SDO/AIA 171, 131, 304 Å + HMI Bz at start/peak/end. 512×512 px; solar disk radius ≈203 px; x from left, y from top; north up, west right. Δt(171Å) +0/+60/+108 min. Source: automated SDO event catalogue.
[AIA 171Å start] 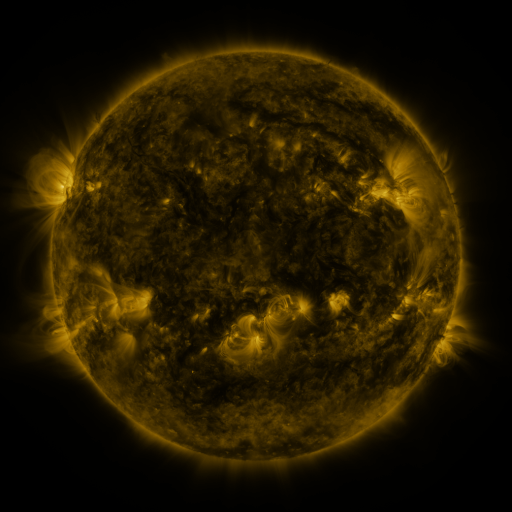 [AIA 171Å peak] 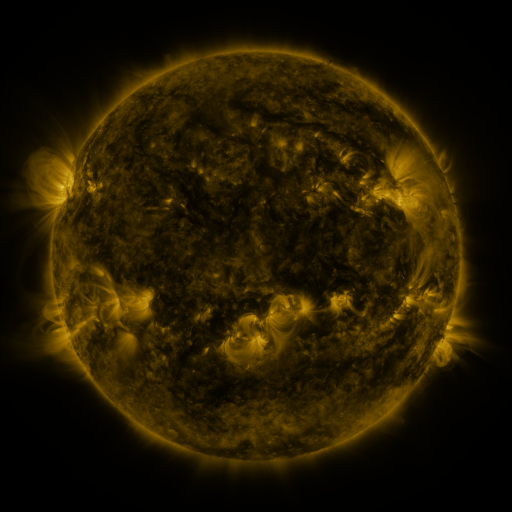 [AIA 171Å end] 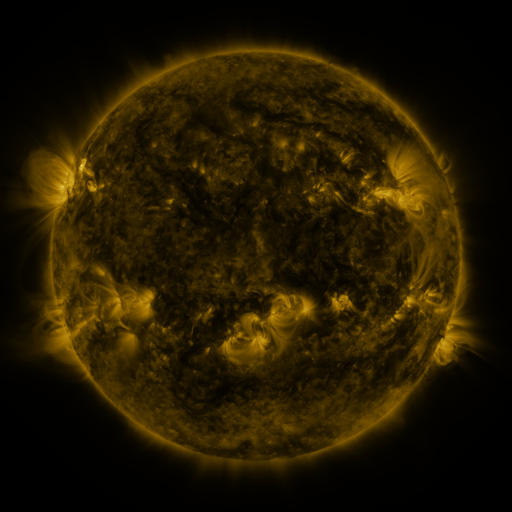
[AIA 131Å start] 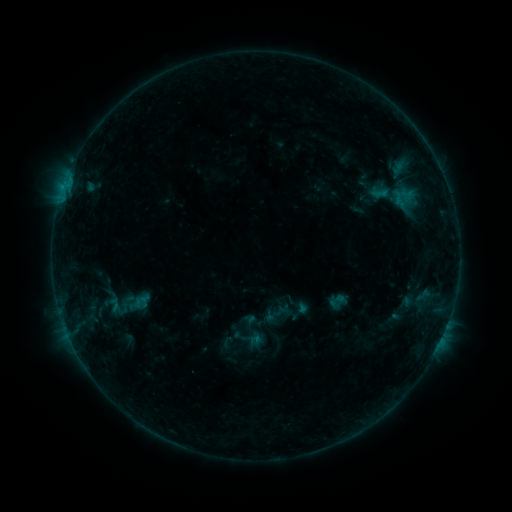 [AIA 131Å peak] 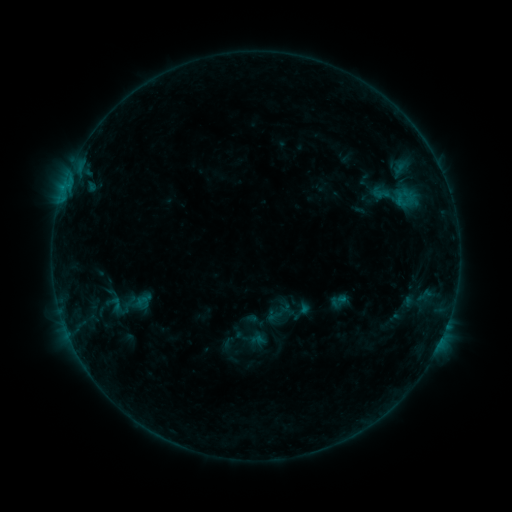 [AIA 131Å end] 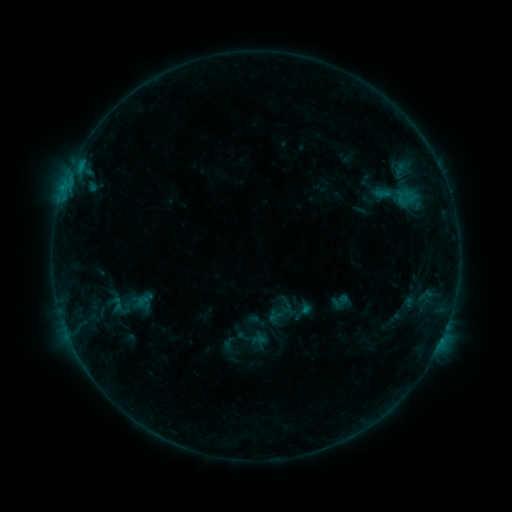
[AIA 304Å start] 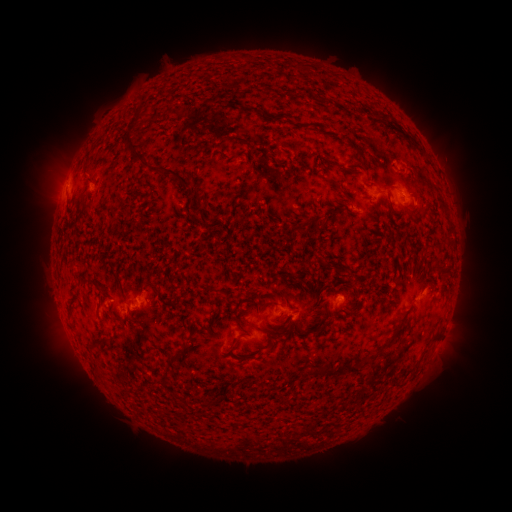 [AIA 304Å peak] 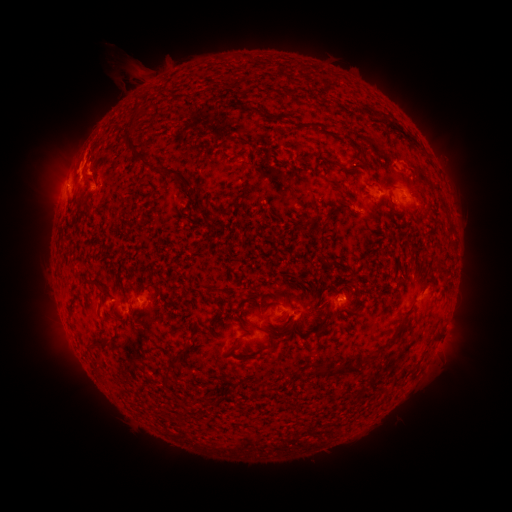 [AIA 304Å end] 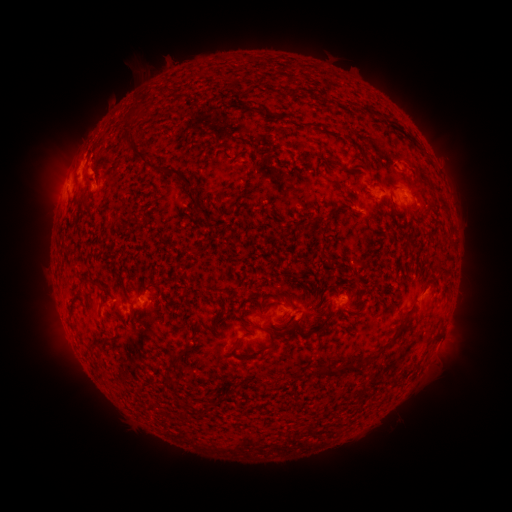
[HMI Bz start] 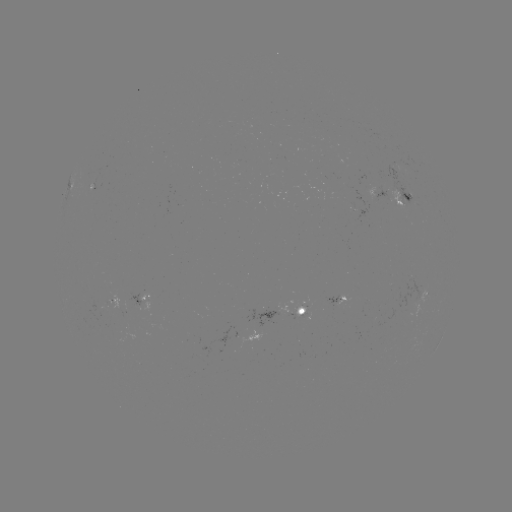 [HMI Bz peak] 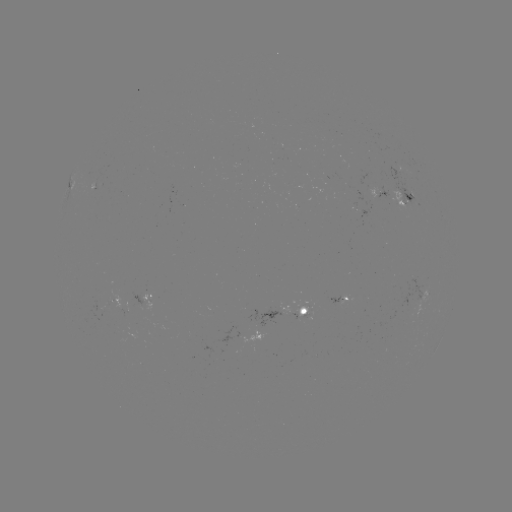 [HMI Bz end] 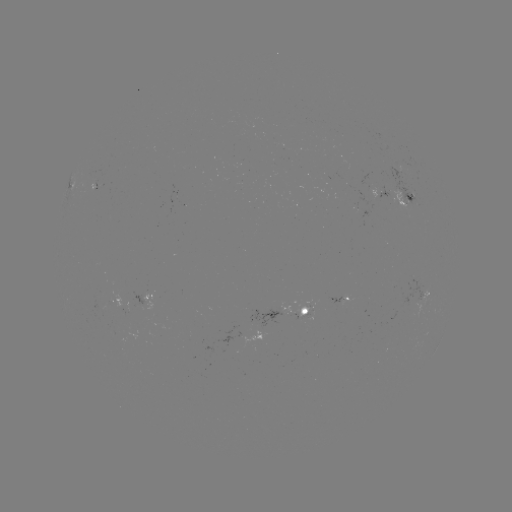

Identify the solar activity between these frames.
B6.4 flare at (80, 169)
